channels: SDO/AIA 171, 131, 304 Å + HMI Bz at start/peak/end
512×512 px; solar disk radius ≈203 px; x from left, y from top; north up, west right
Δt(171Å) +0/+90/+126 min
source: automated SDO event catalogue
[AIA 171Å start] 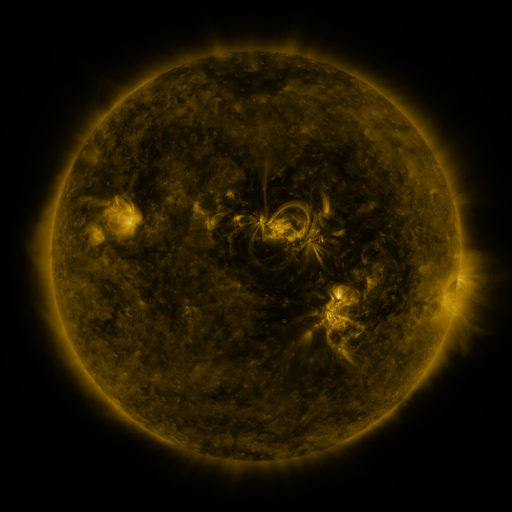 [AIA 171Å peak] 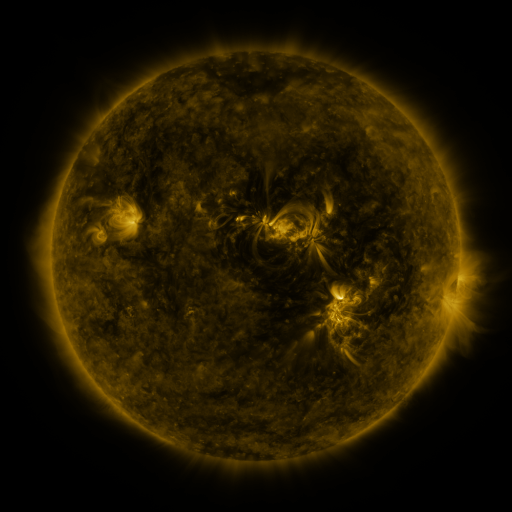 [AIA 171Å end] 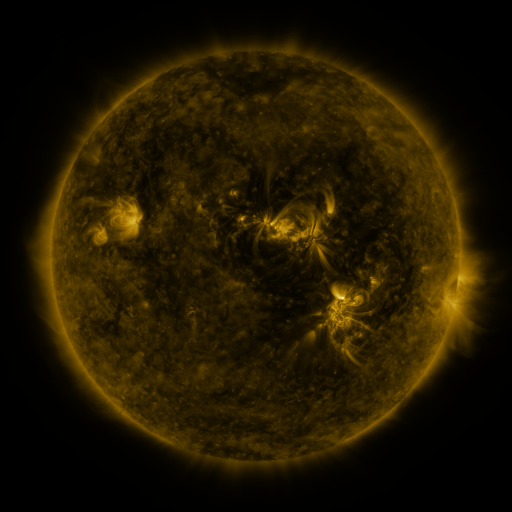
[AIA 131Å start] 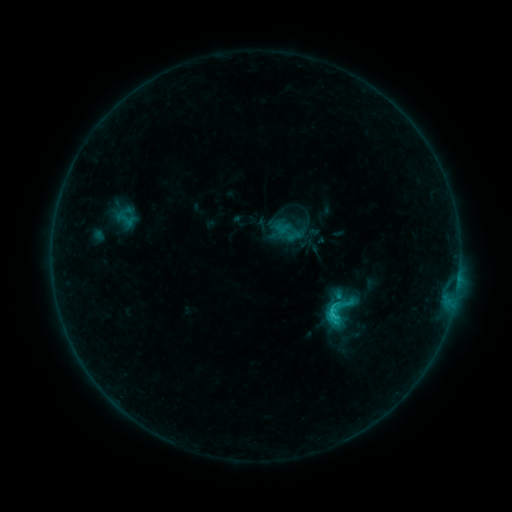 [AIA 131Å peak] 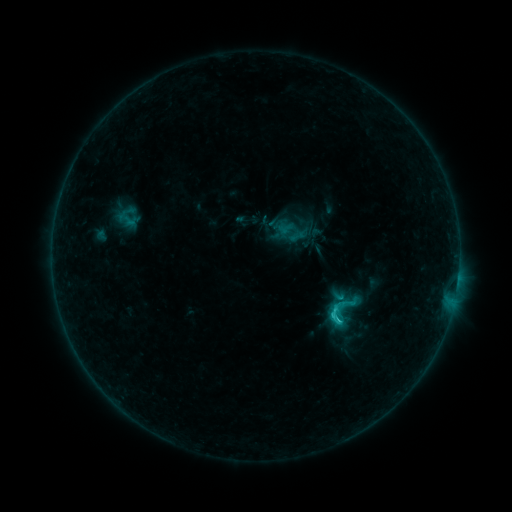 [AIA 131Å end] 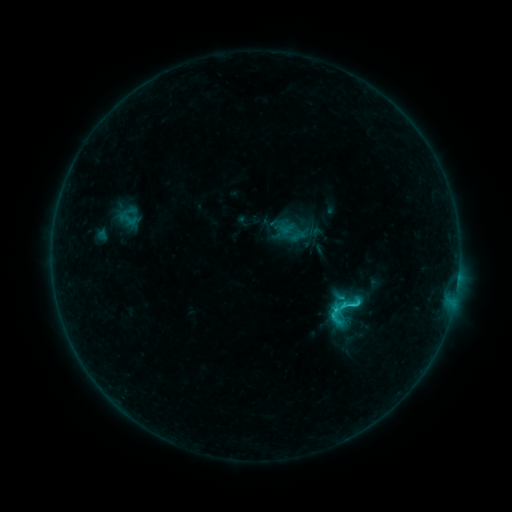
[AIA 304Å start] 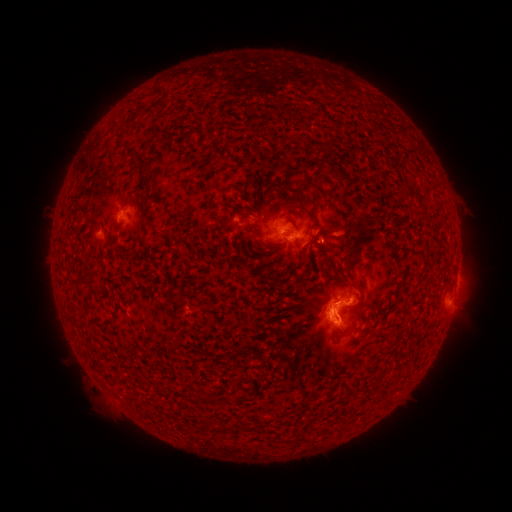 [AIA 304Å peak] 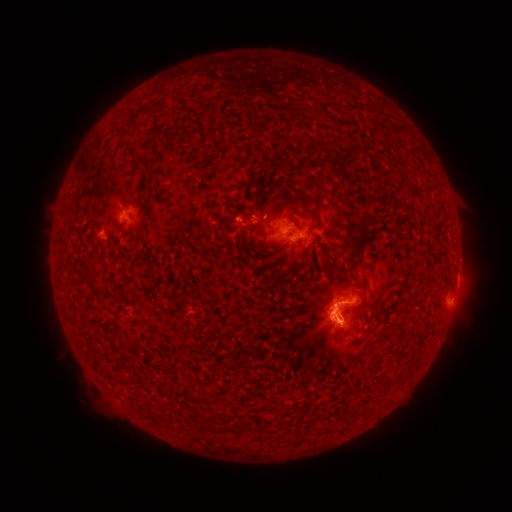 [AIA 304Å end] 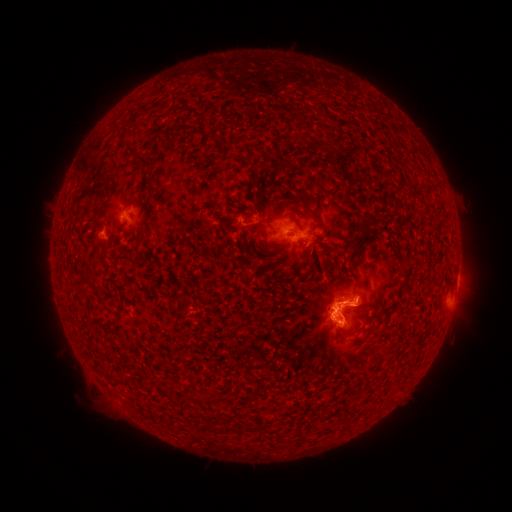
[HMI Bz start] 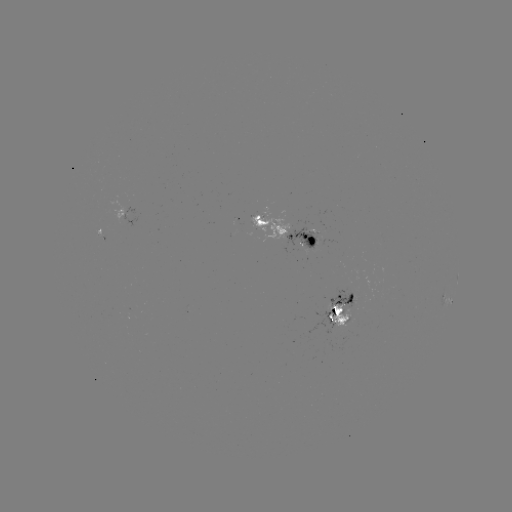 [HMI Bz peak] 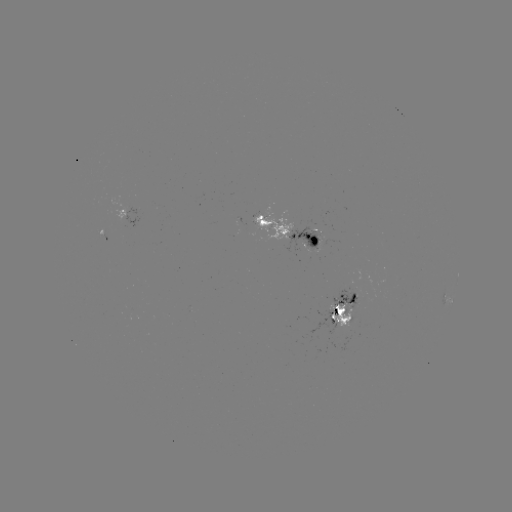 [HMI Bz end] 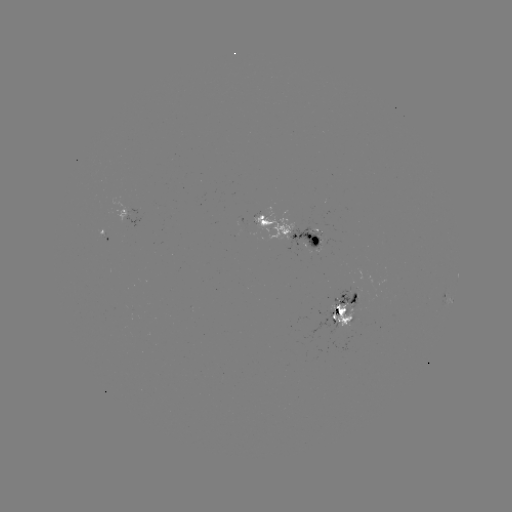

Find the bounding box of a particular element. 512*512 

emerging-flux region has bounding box [251, 207, 294, 242].